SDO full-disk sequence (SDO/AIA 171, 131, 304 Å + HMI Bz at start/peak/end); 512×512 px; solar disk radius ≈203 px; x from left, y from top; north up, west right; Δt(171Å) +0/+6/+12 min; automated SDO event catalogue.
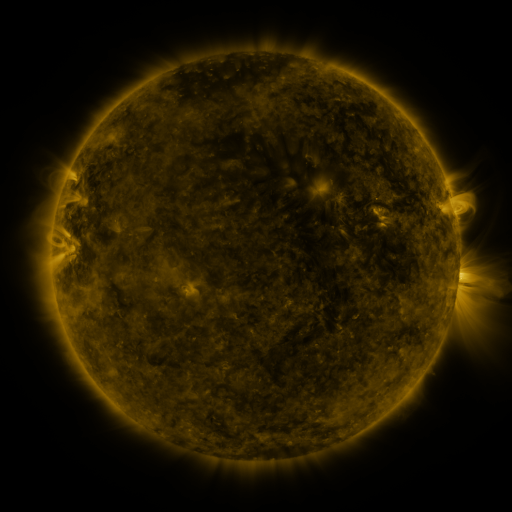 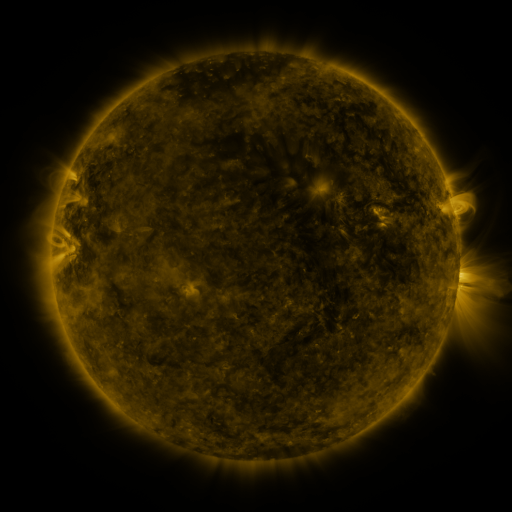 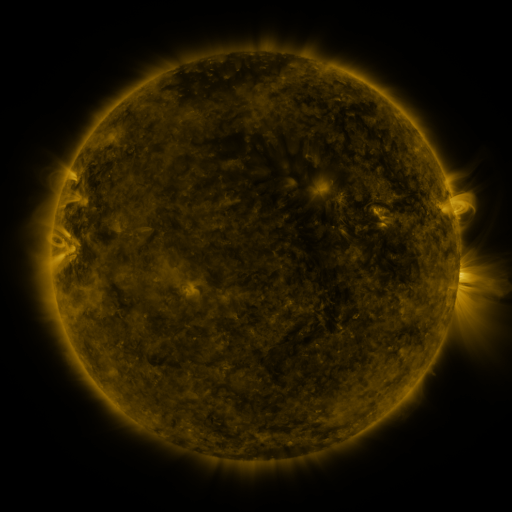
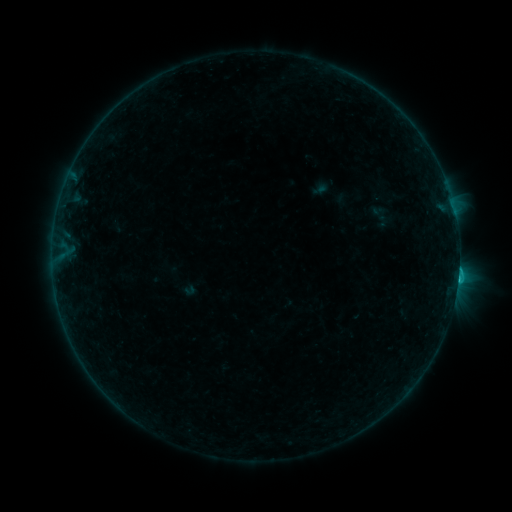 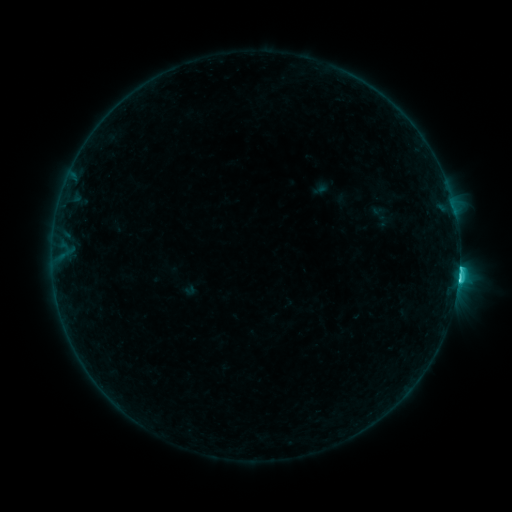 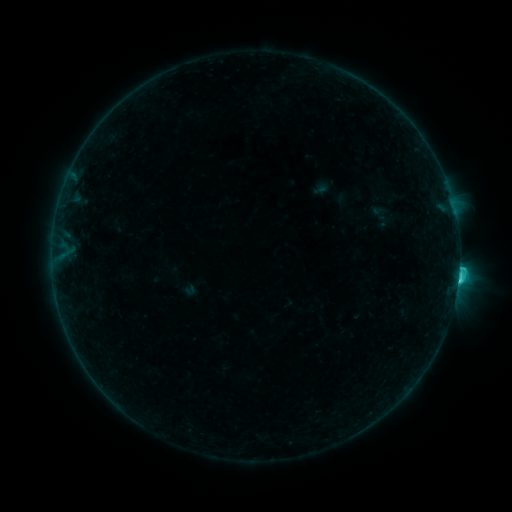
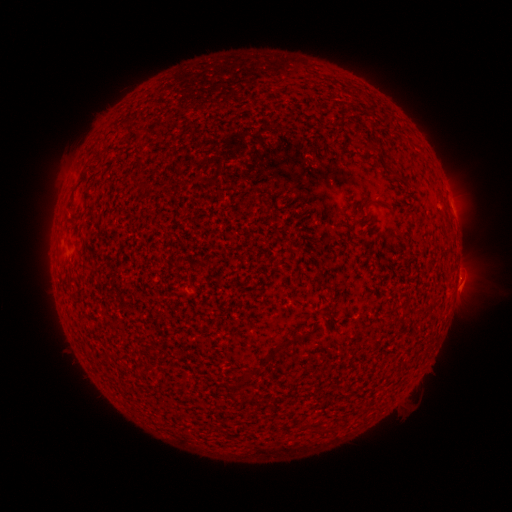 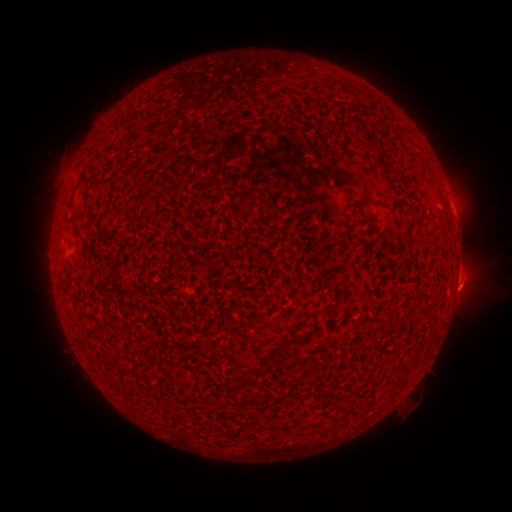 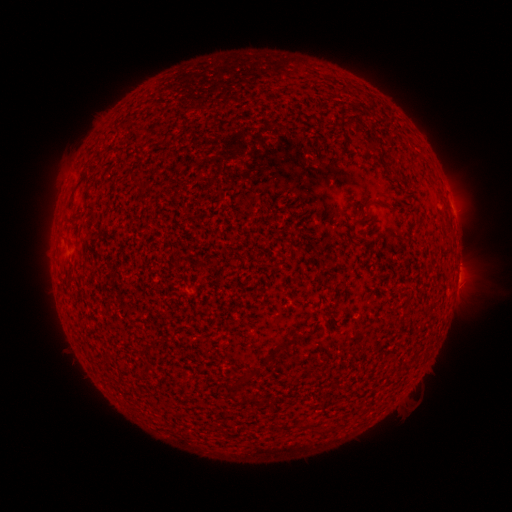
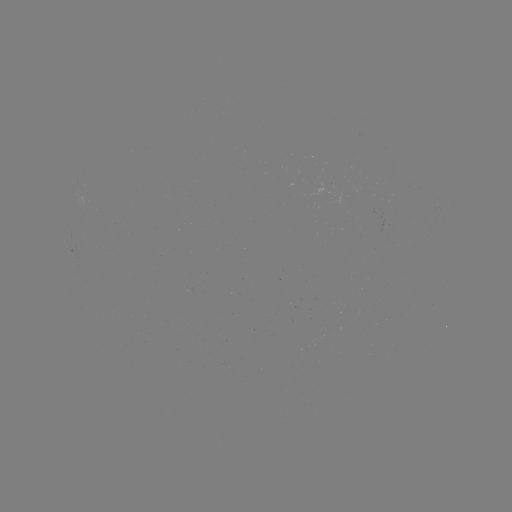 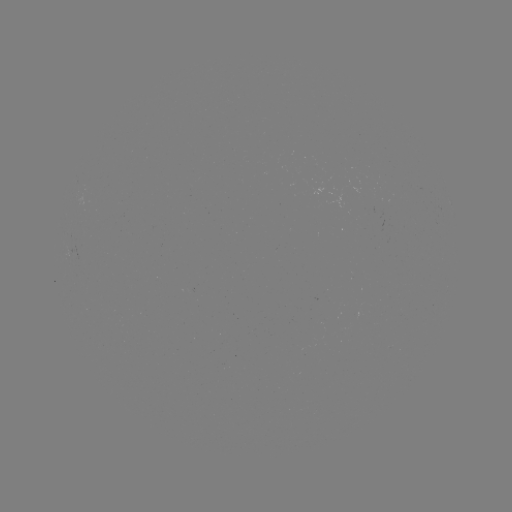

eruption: [435, 254, 485, 314]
